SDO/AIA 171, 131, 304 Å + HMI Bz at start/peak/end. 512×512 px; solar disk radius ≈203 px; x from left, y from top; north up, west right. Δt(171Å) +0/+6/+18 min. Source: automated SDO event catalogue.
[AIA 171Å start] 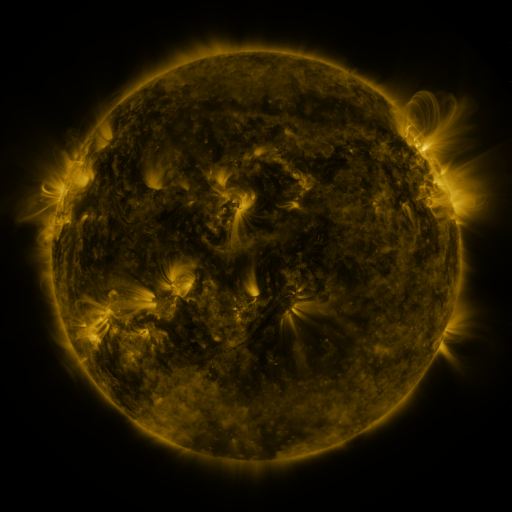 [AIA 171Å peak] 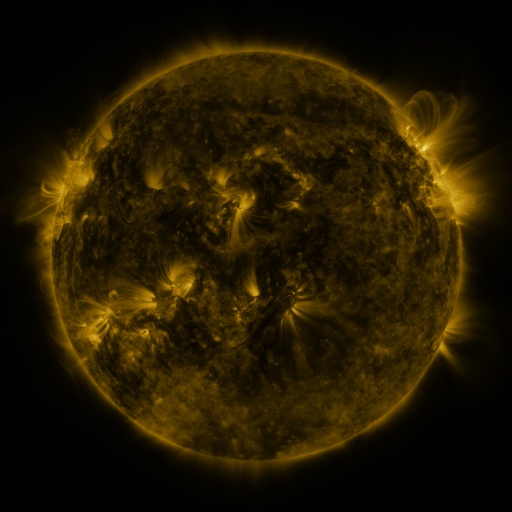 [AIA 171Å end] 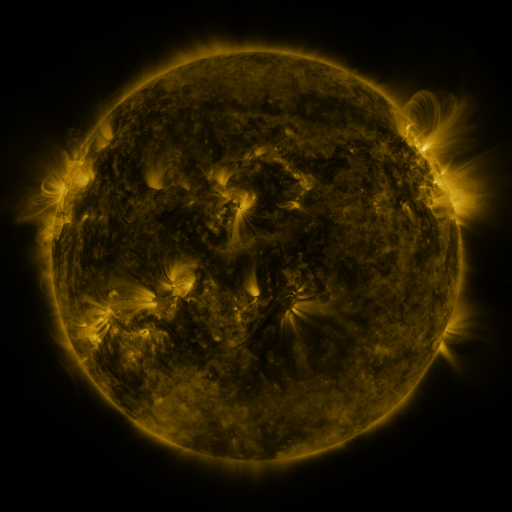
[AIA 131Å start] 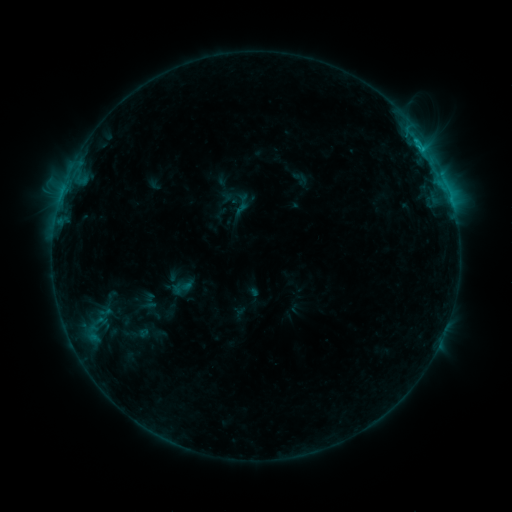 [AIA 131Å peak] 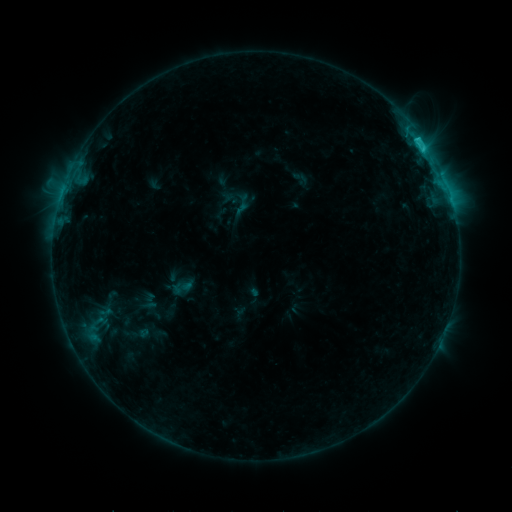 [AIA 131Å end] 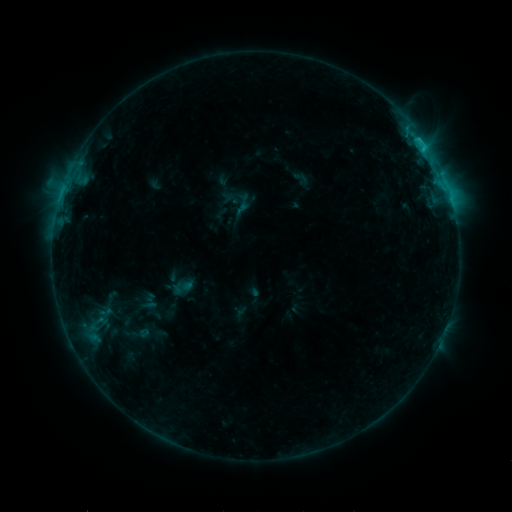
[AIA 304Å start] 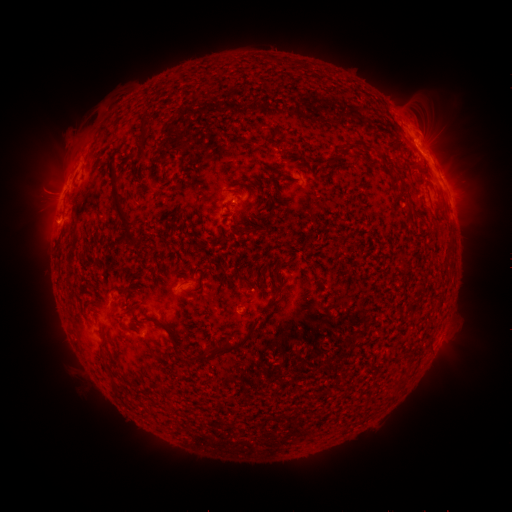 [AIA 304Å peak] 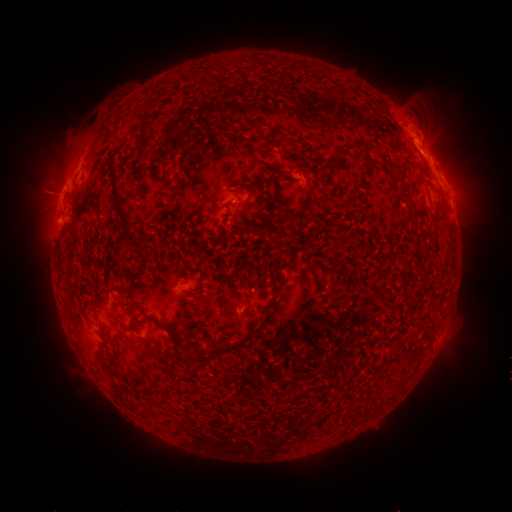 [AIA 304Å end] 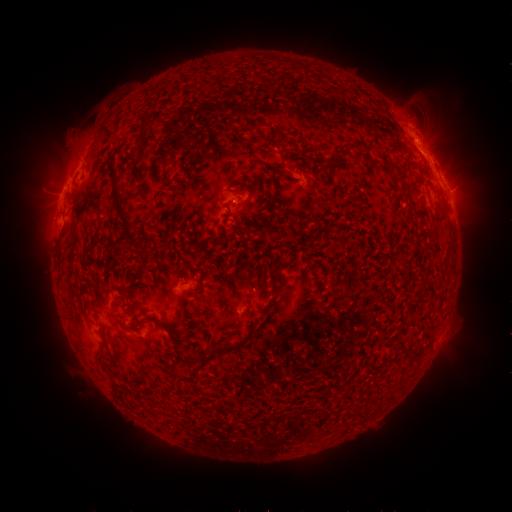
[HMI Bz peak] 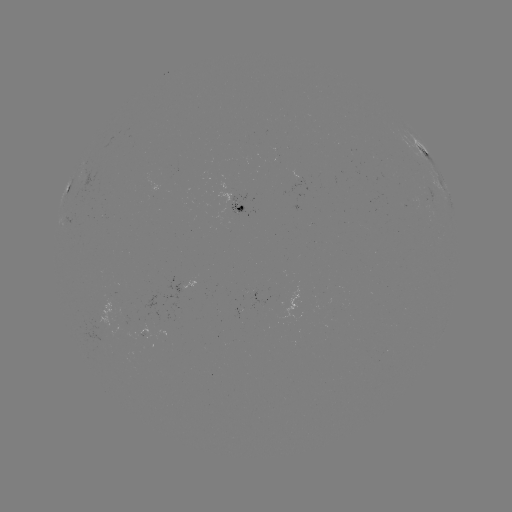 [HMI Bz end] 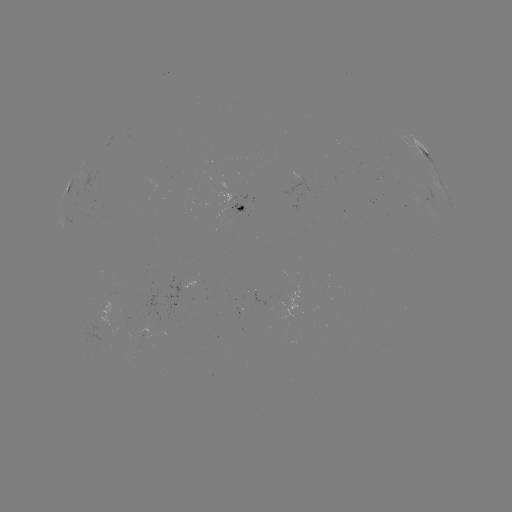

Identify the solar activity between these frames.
C1.8 flare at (419, 140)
